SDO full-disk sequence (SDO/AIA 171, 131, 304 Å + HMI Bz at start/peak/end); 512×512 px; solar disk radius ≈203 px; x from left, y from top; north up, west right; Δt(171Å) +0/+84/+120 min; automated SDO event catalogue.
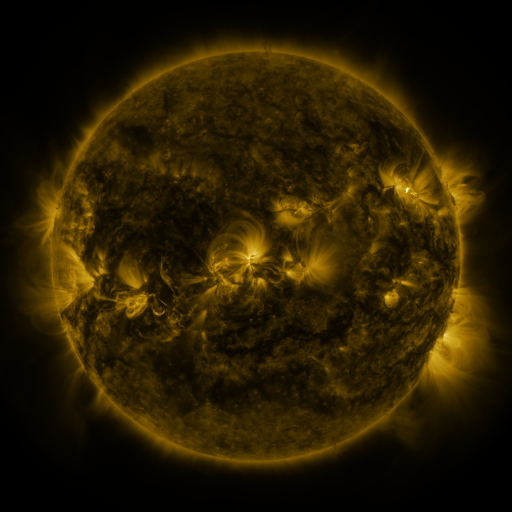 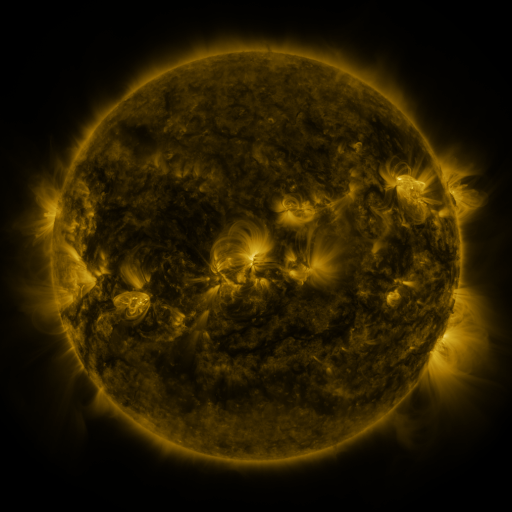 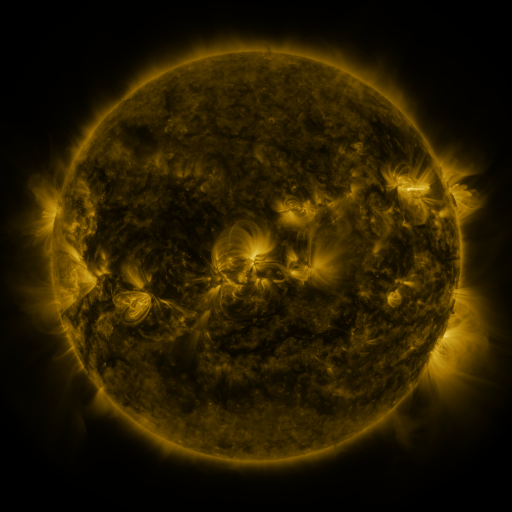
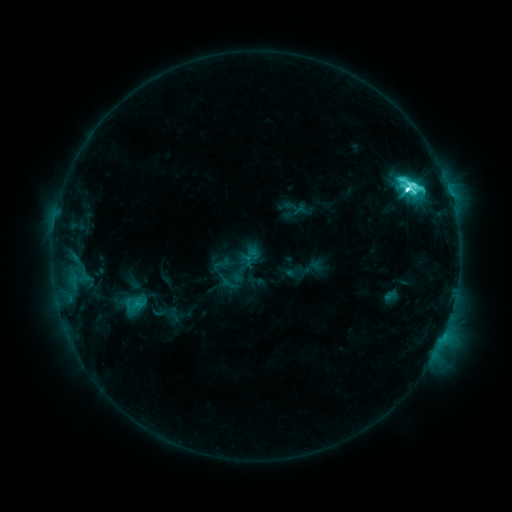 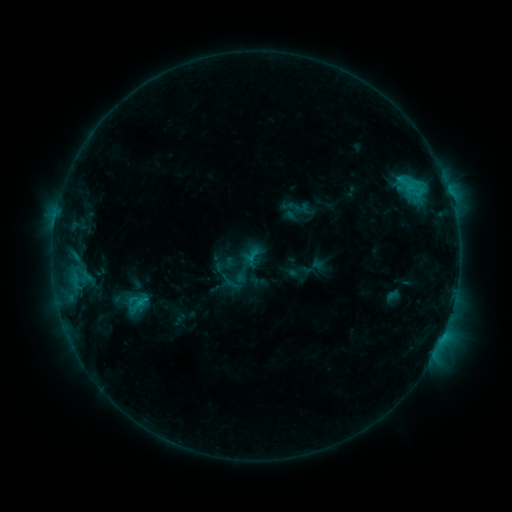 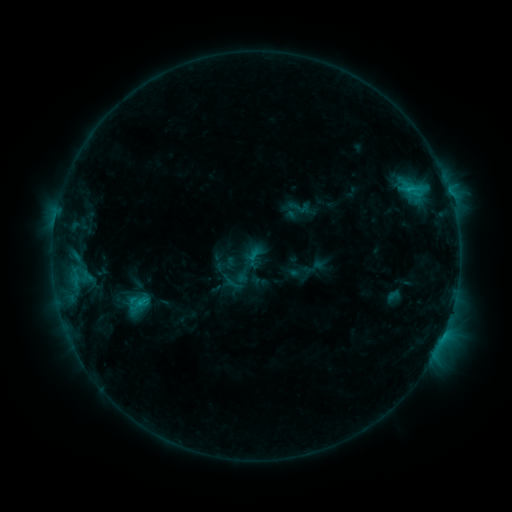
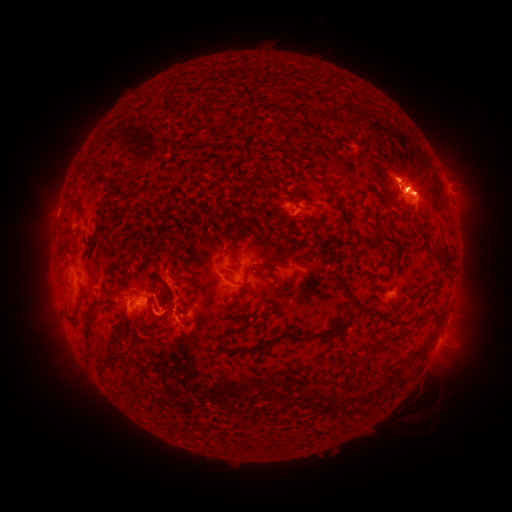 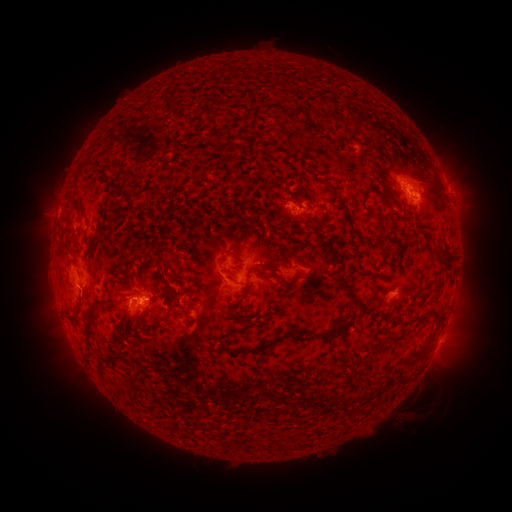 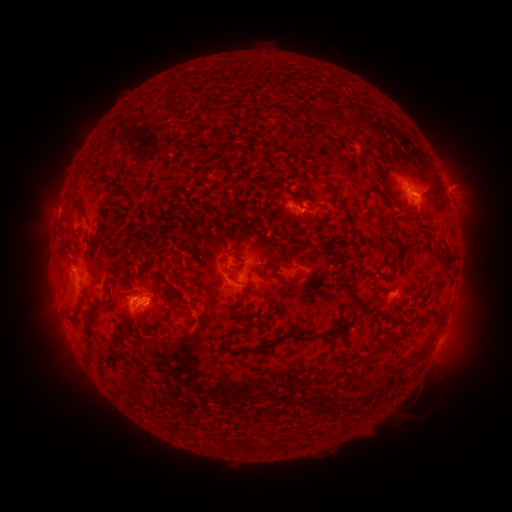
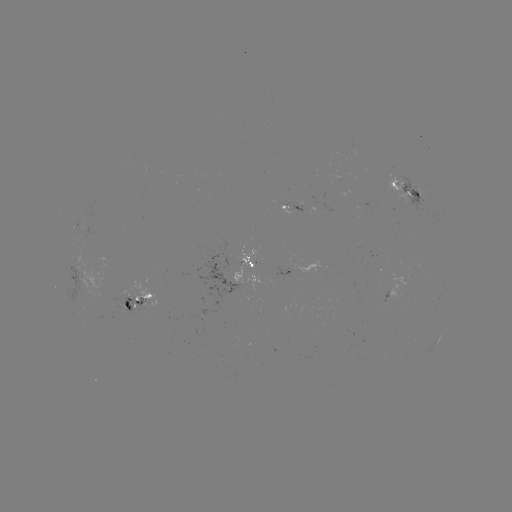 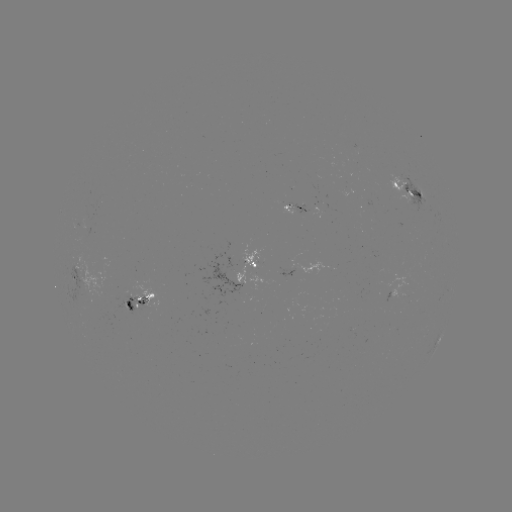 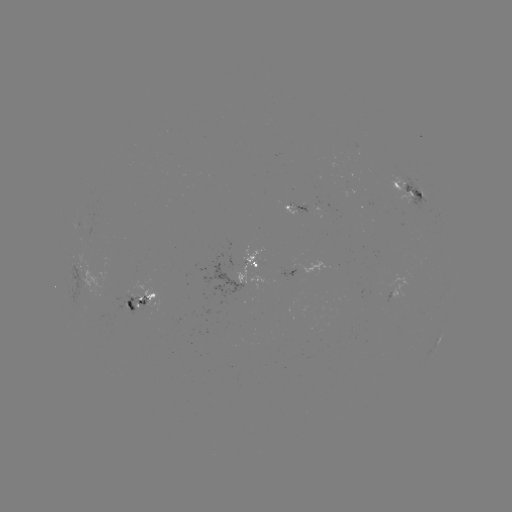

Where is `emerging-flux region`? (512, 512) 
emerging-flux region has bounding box [85, 213, 94, 226].